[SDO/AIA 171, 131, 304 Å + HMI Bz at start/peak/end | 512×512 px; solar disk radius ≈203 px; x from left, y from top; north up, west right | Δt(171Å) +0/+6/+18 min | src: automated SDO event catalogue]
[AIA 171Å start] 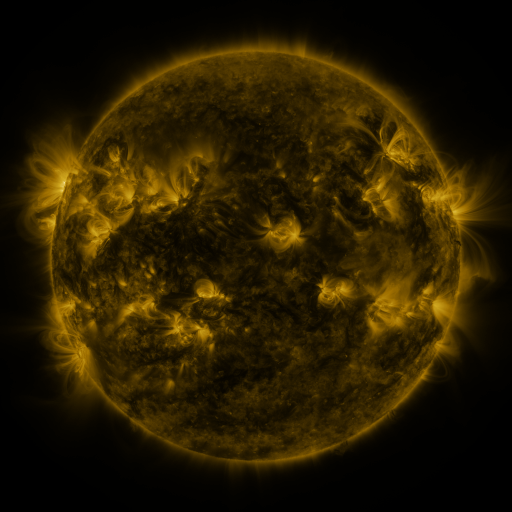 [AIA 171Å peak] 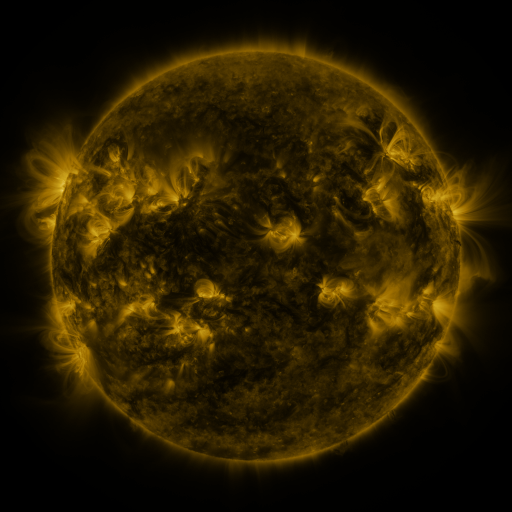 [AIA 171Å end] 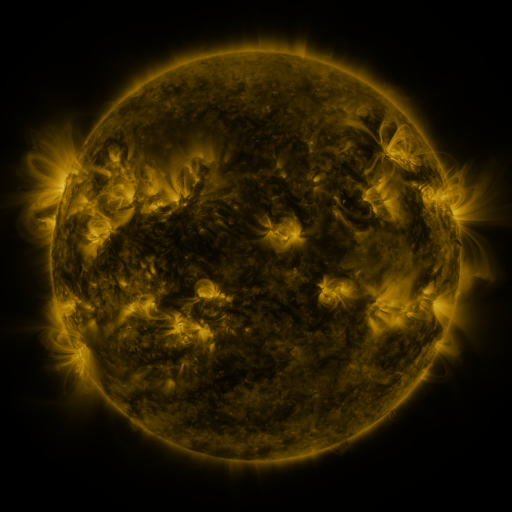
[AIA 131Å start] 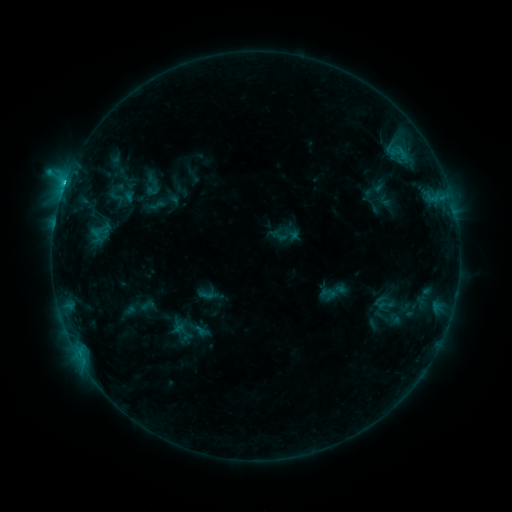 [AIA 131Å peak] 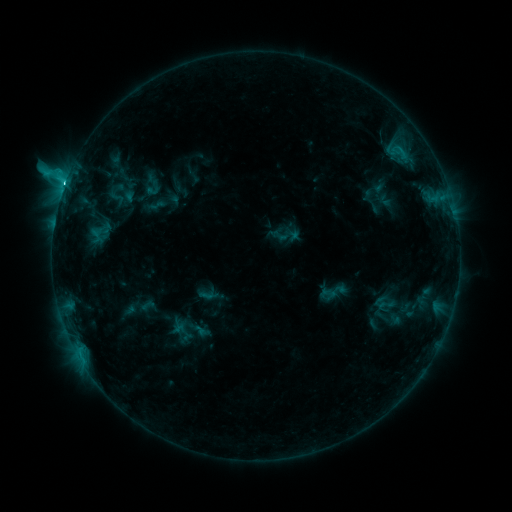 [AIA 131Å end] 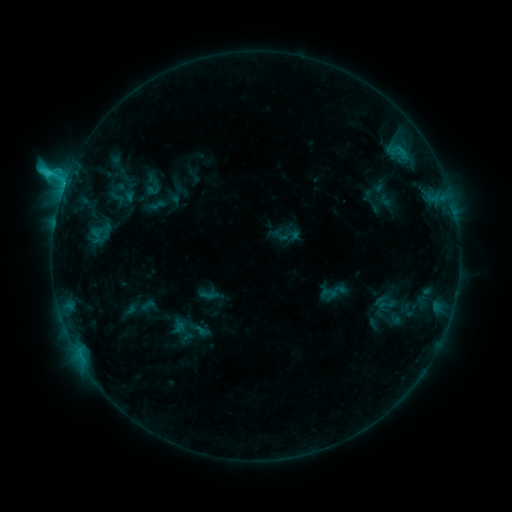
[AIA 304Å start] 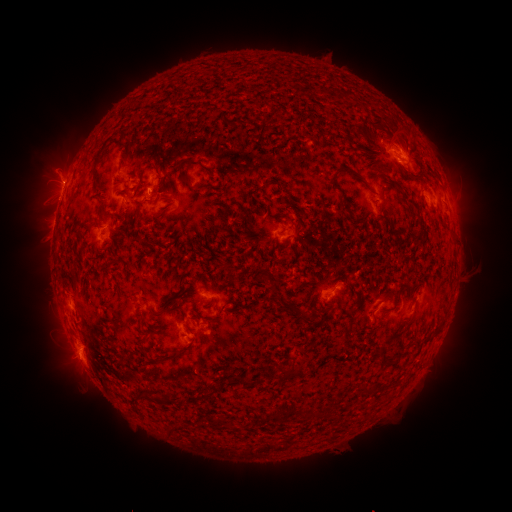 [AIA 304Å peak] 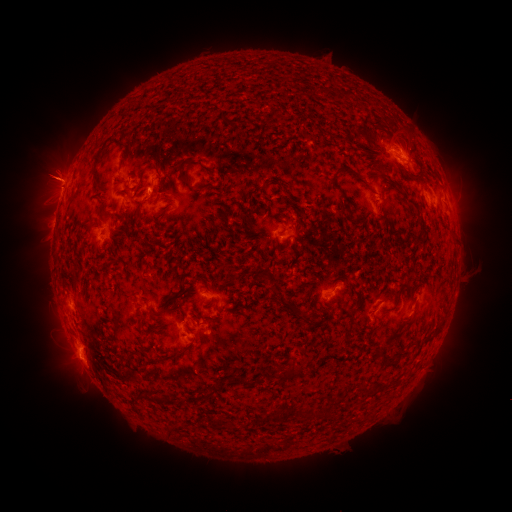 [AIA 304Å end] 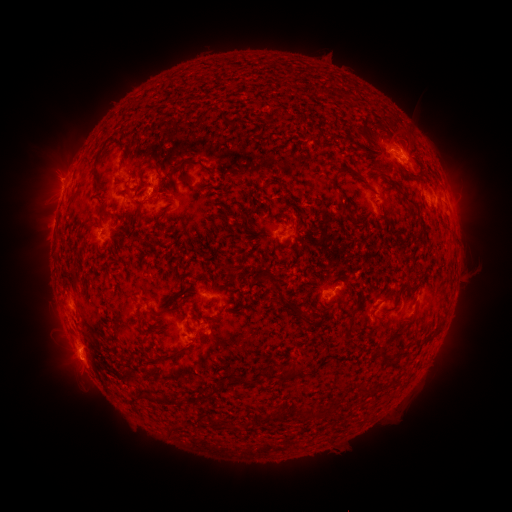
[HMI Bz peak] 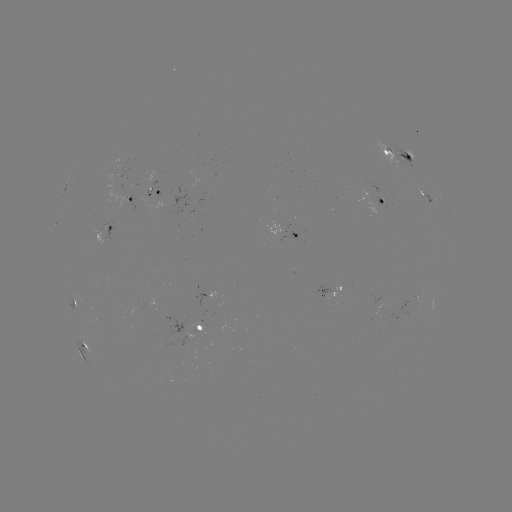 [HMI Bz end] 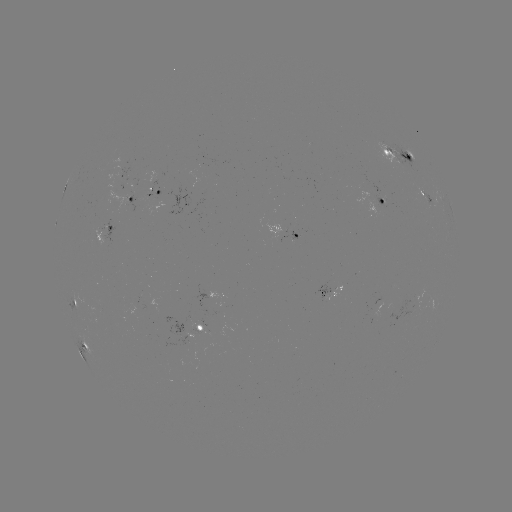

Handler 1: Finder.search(eruption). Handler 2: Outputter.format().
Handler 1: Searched eruption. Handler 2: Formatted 53,173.